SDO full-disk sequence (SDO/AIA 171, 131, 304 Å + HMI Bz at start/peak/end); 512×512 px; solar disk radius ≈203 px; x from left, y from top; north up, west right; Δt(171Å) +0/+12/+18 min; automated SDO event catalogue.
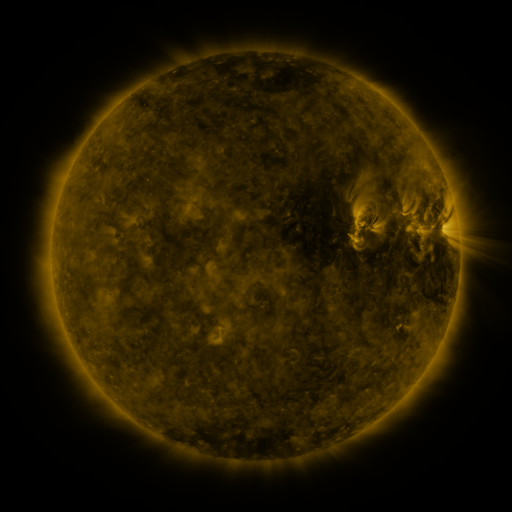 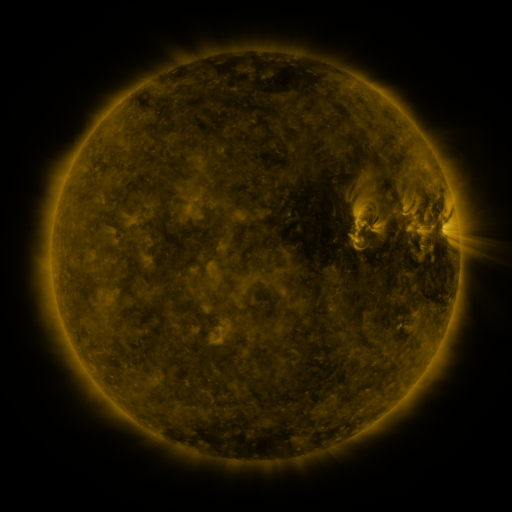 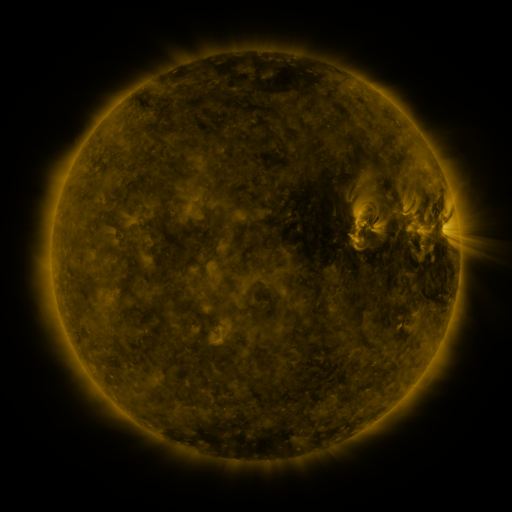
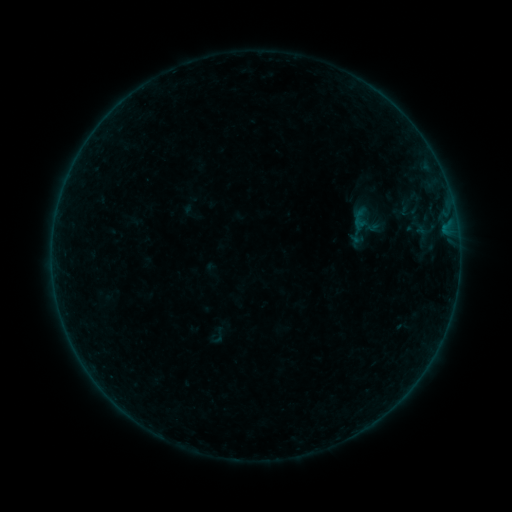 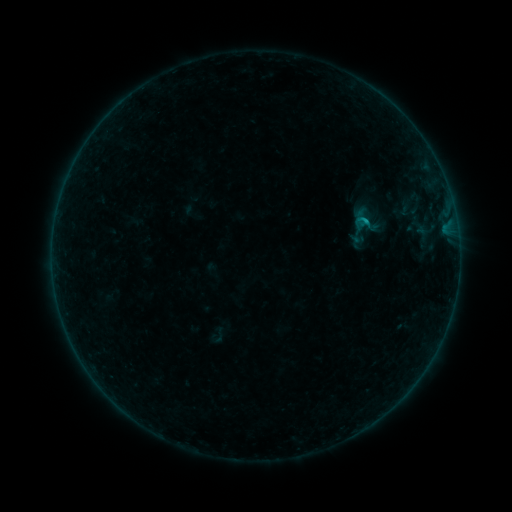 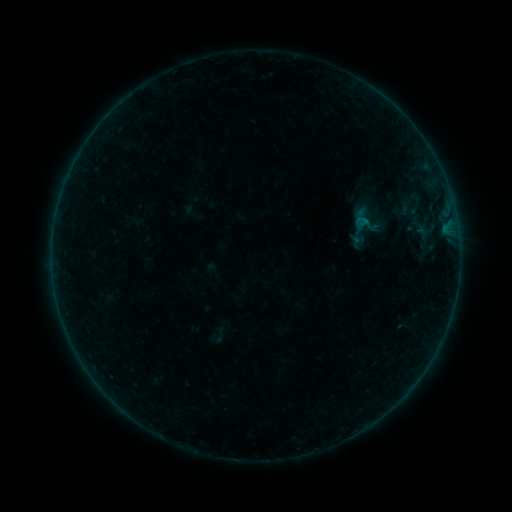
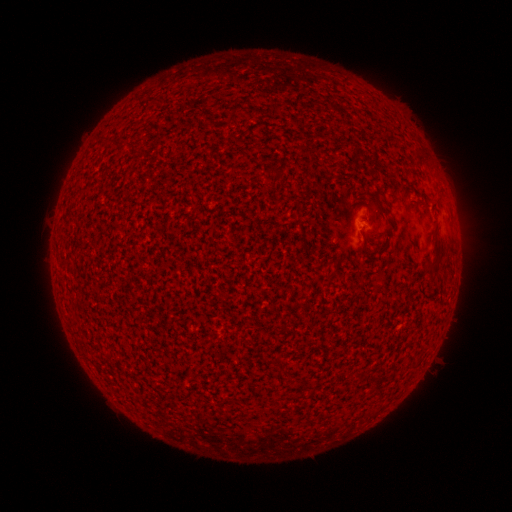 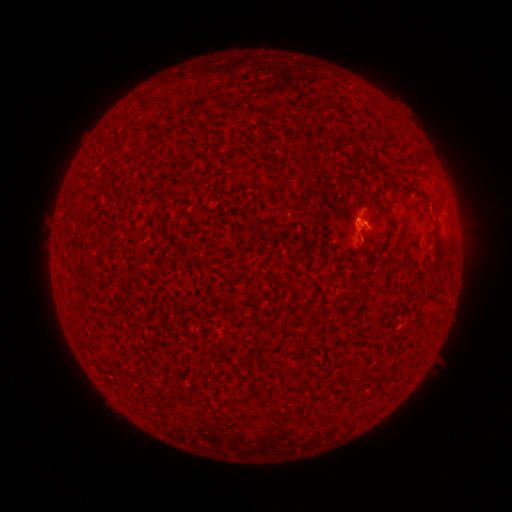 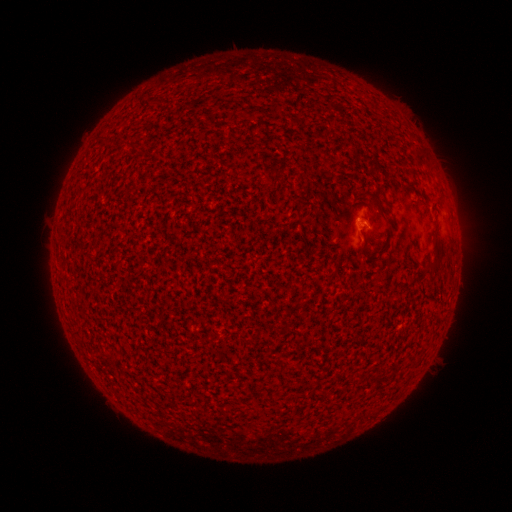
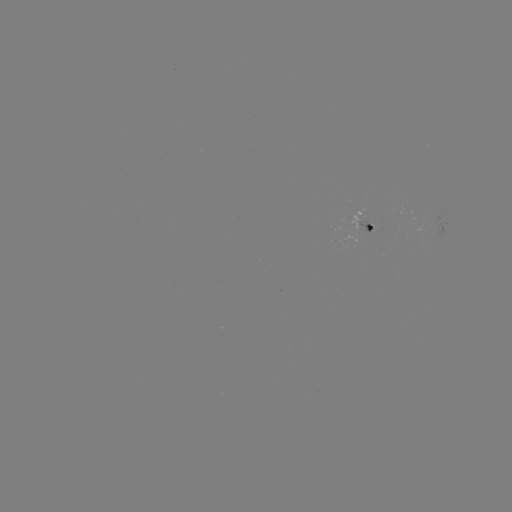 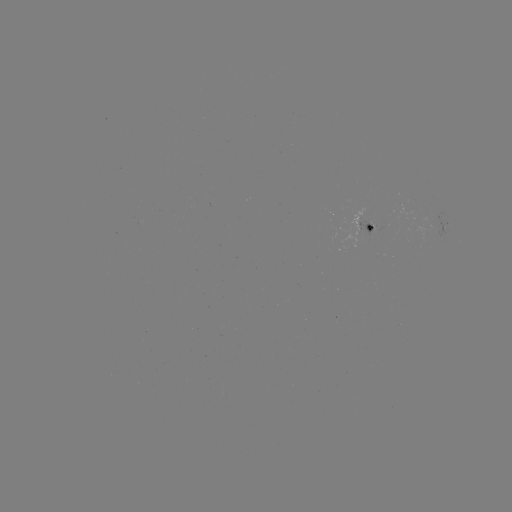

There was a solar flare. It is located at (363, 223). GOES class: B3.5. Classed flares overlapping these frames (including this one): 1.